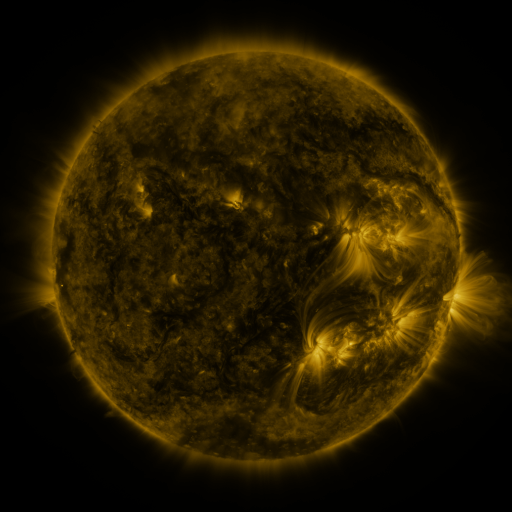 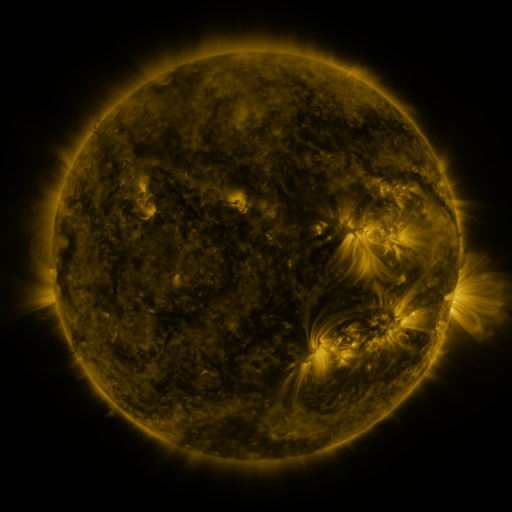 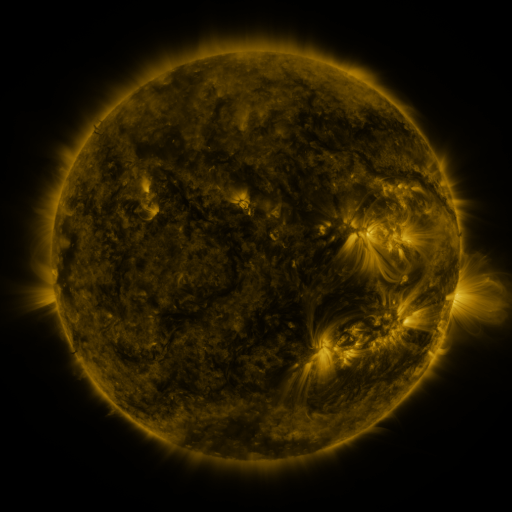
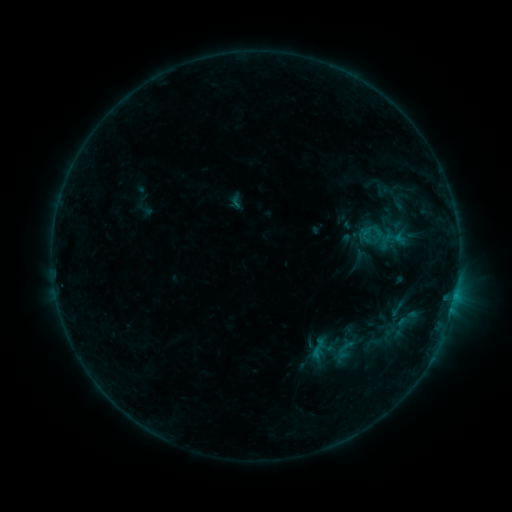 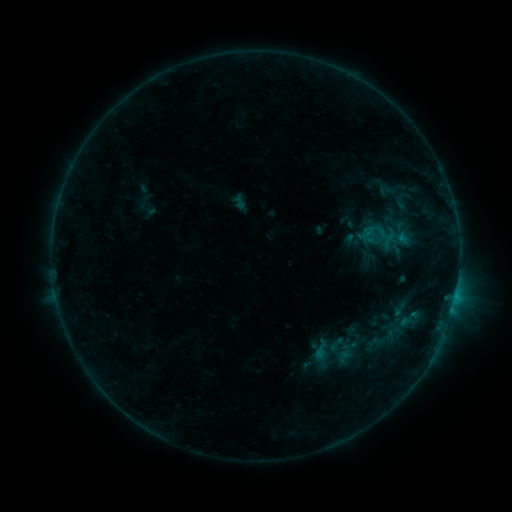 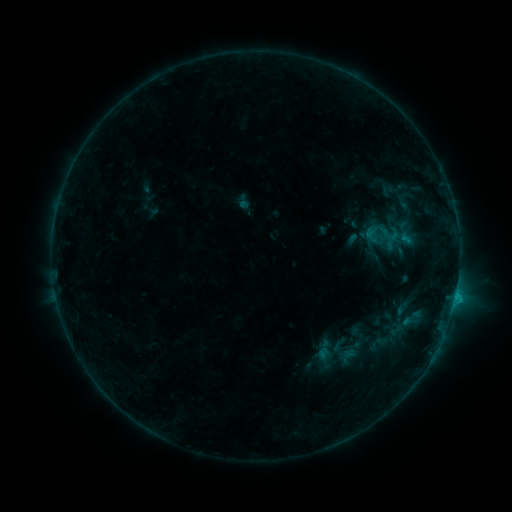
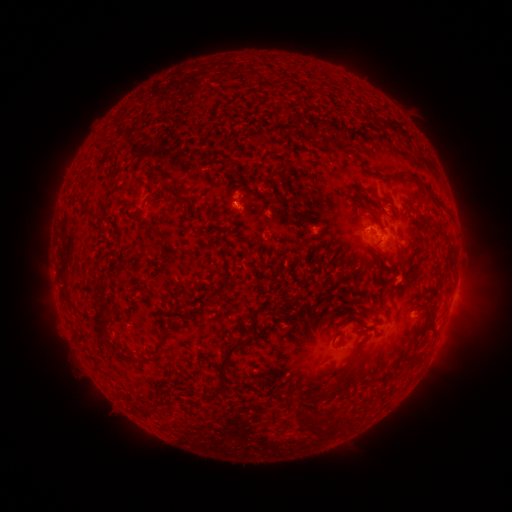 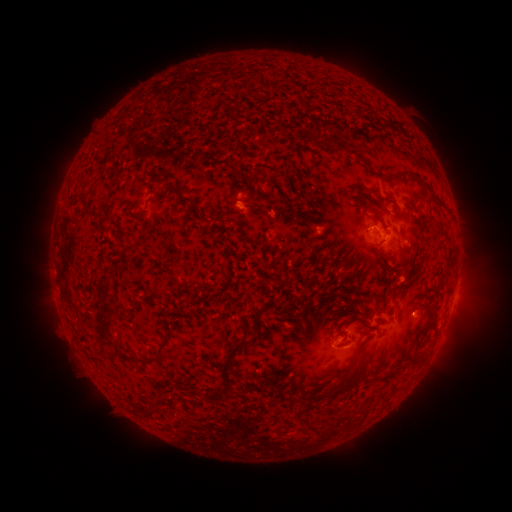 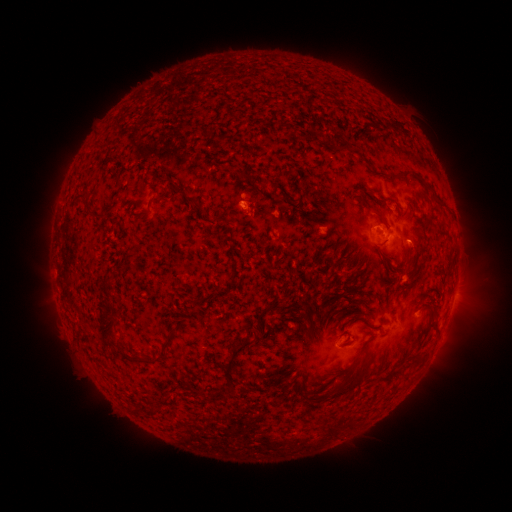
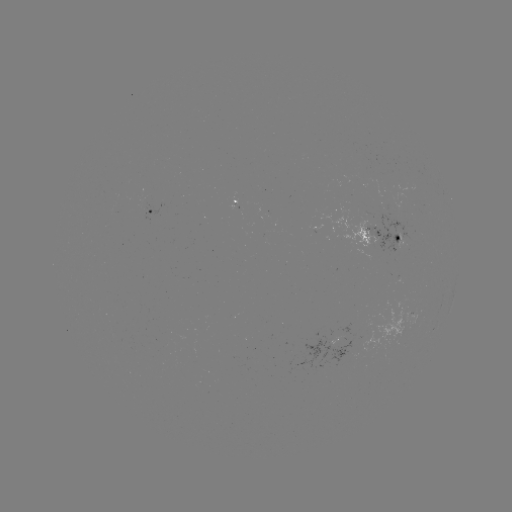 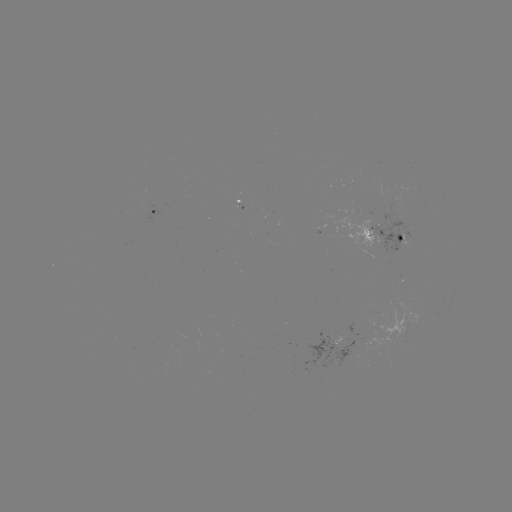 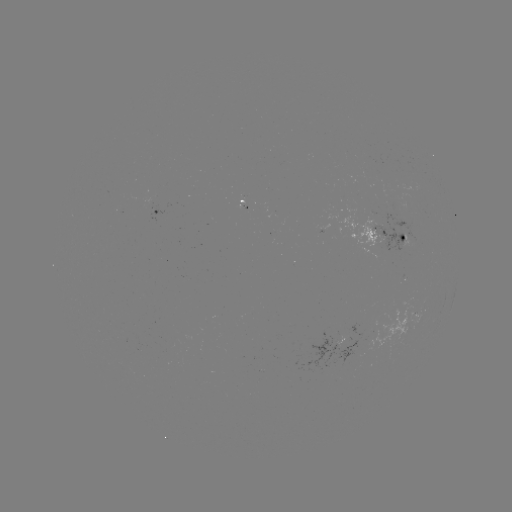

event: filament eruption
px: (364, 343)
